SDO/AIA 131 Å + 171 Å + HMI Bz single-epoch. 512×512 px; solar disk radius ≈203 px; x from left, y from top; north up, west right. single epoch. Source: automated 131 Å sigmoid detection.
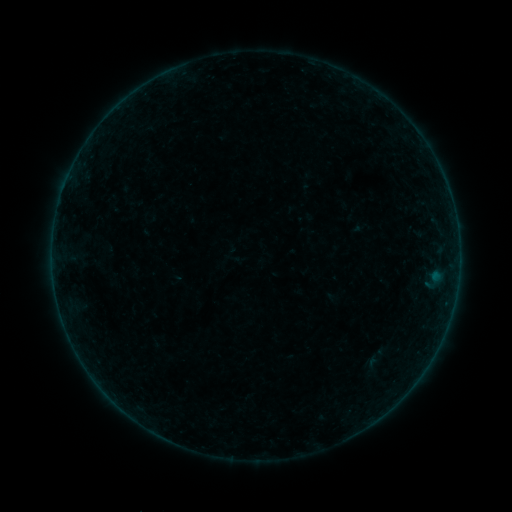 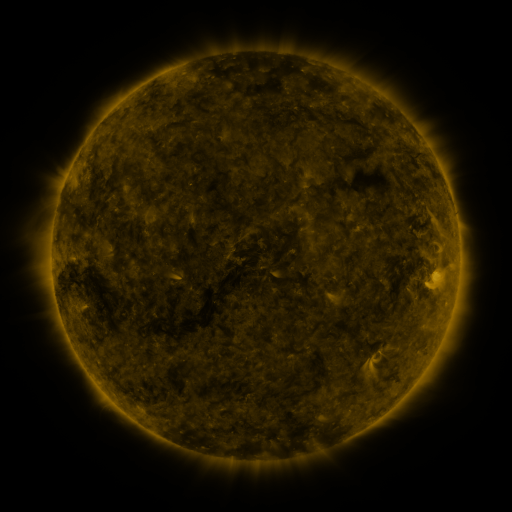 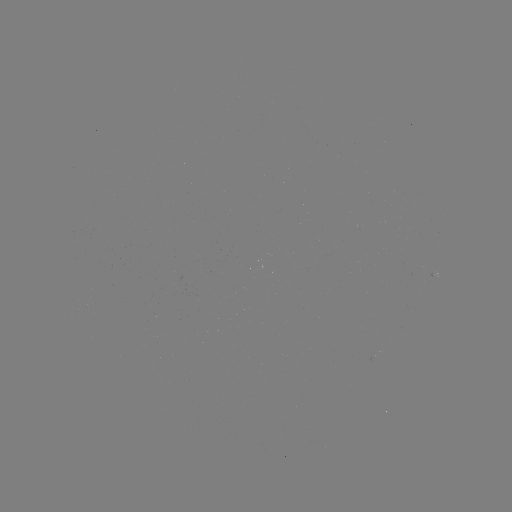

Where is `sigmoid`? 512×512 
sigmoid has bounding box [363, 355, 381, 374].